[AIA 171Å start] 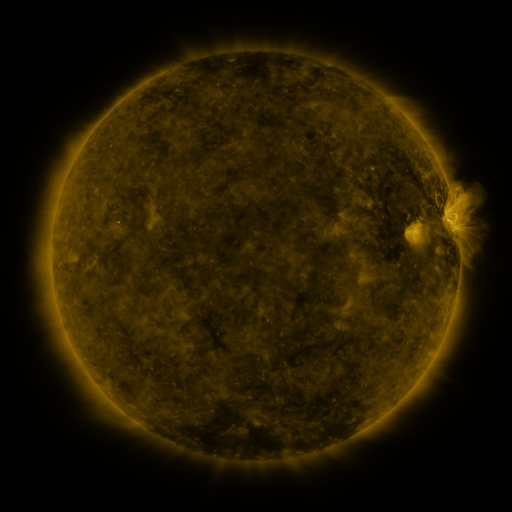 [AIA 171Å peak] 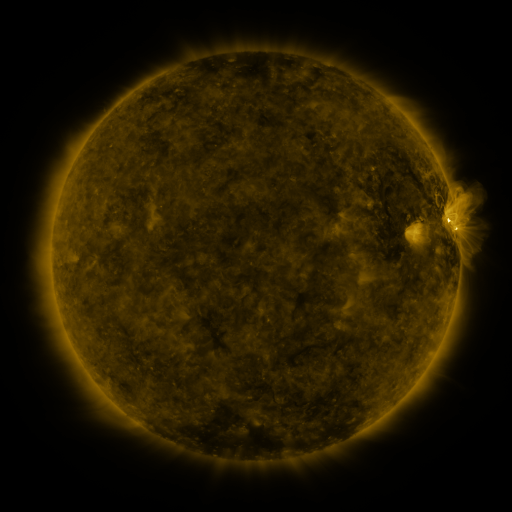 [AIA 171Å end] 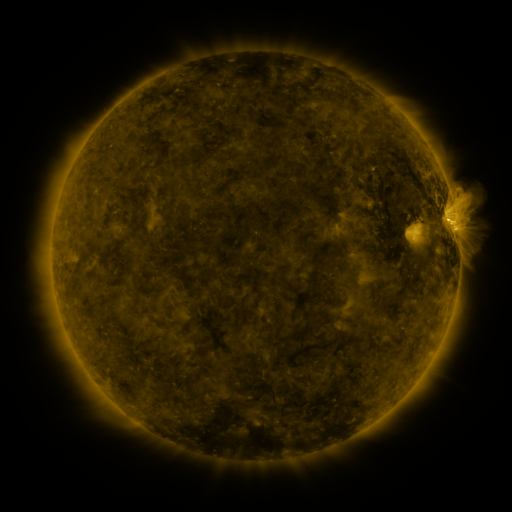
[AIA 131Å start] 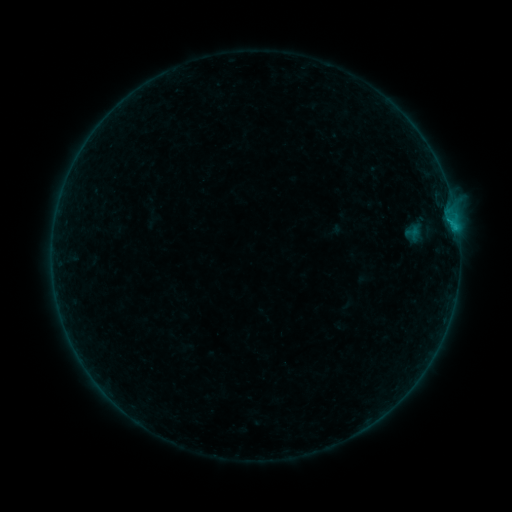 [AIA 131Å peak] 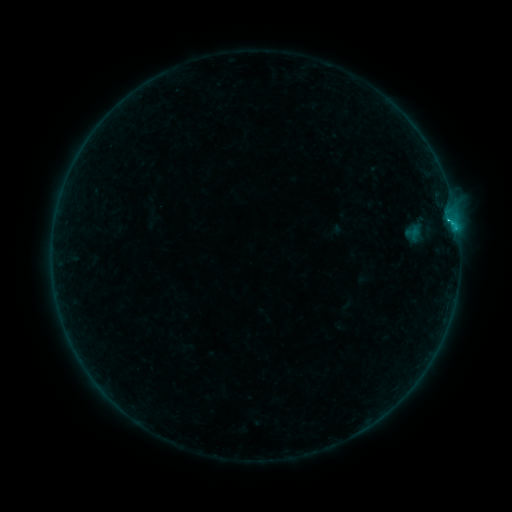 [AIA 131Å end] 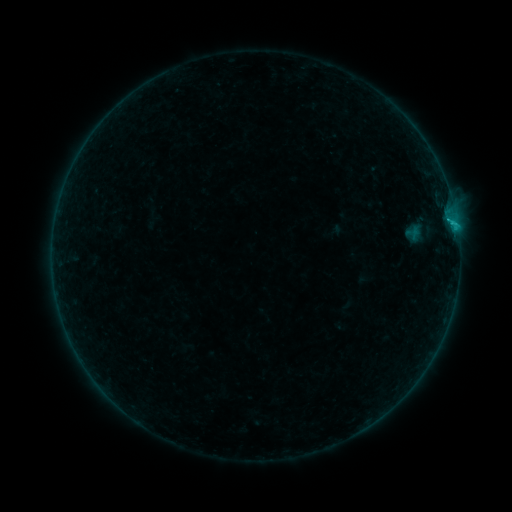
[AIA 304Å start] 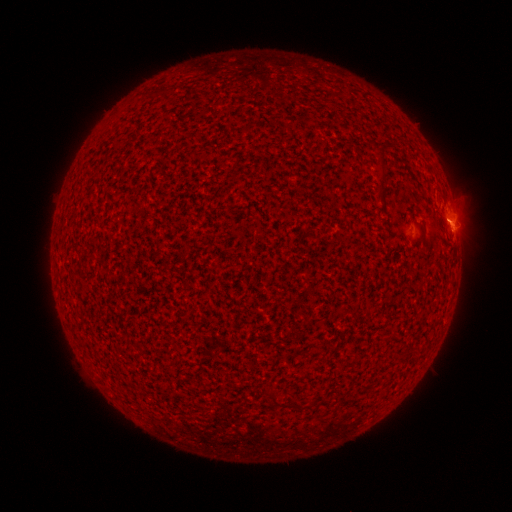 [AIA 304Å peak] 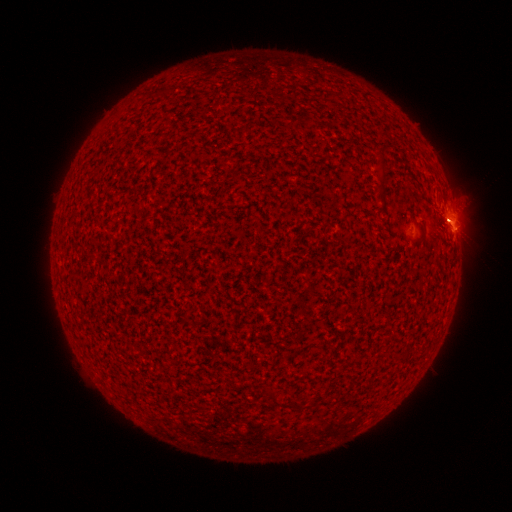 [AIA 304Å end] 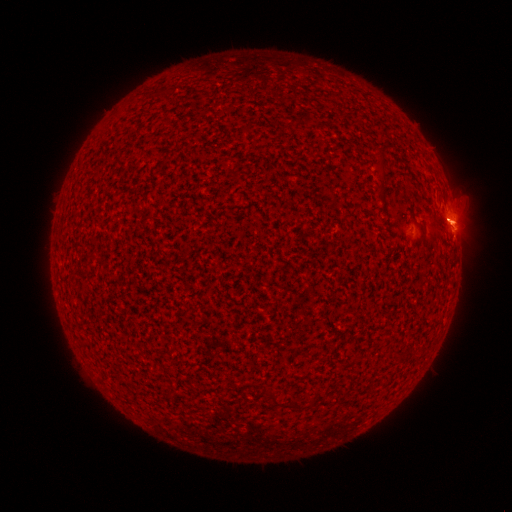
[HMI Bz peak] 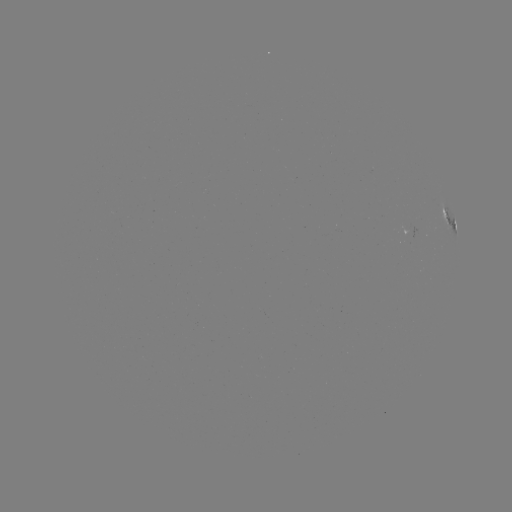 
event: flare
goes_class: B8.0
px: (448, 220)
